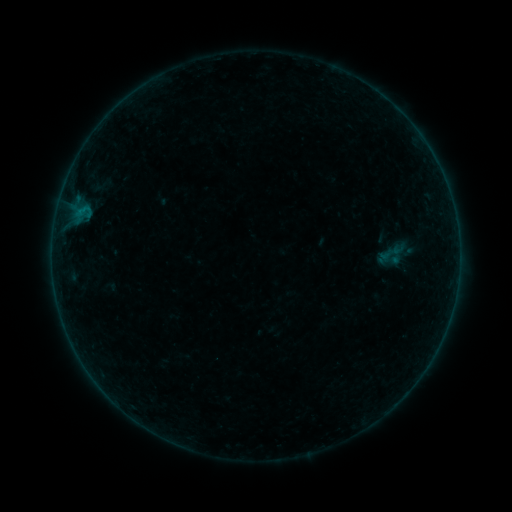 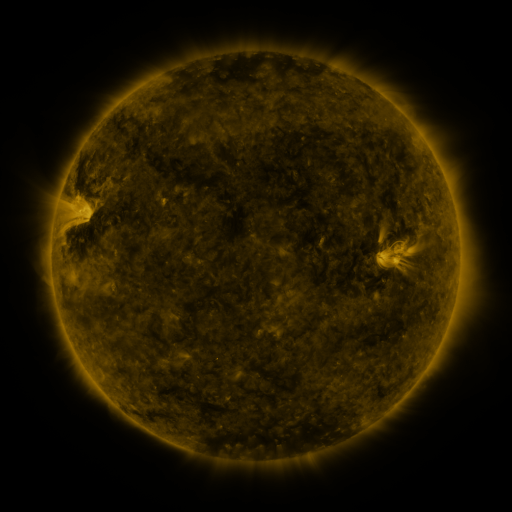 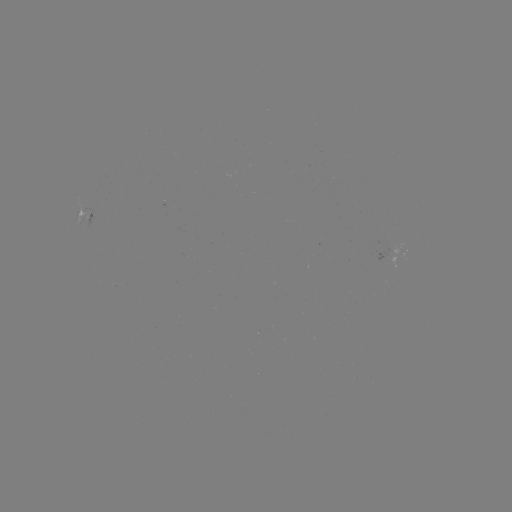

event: sigmoid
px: (390, 254)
